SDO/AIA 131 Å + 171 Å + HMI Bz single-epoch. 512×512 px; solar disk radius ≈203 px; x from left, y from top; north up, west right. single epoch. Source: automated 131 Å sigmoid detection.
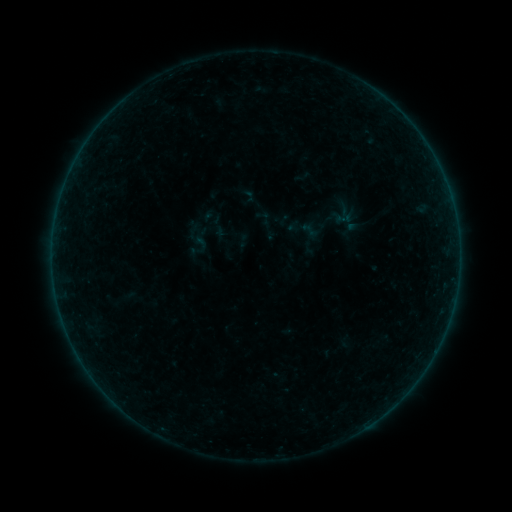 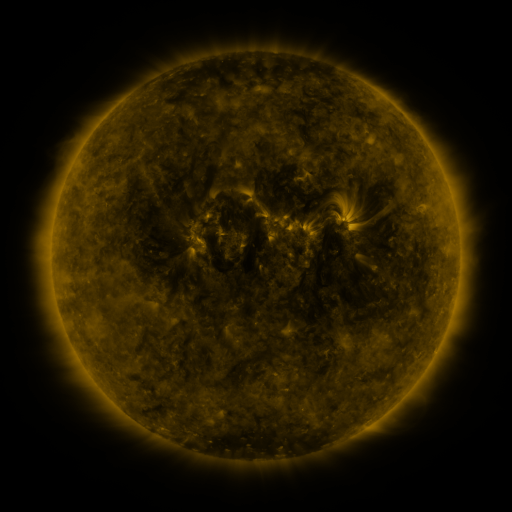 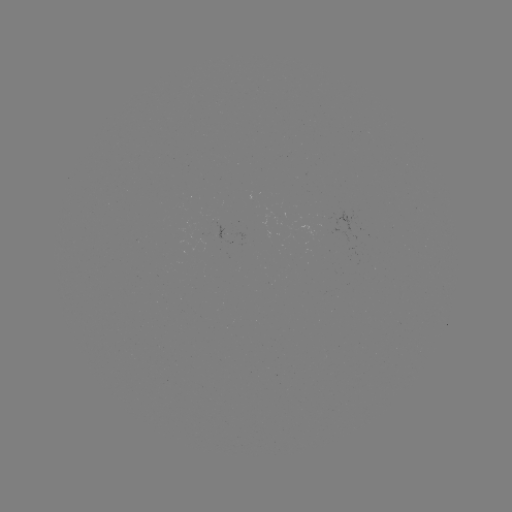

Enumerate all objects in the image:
sigmoid: <bbox>300, 221, 319, 239</bbox>
sigmoid: <bbox>190, 233, 211, 254</bbox>
